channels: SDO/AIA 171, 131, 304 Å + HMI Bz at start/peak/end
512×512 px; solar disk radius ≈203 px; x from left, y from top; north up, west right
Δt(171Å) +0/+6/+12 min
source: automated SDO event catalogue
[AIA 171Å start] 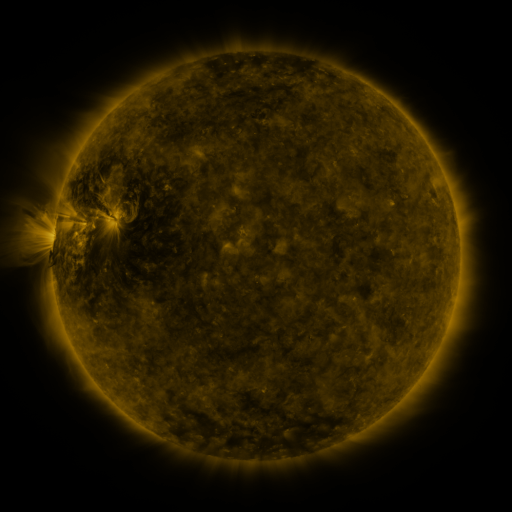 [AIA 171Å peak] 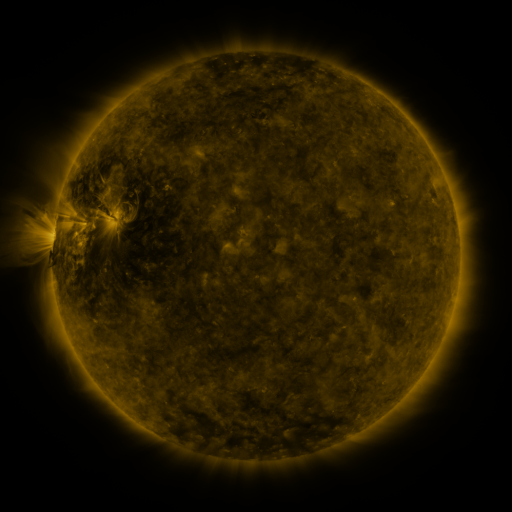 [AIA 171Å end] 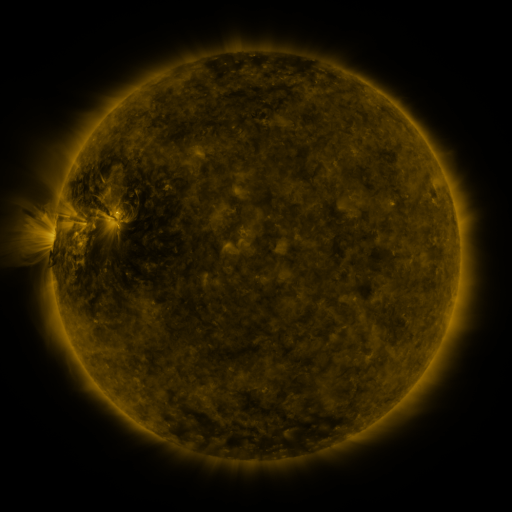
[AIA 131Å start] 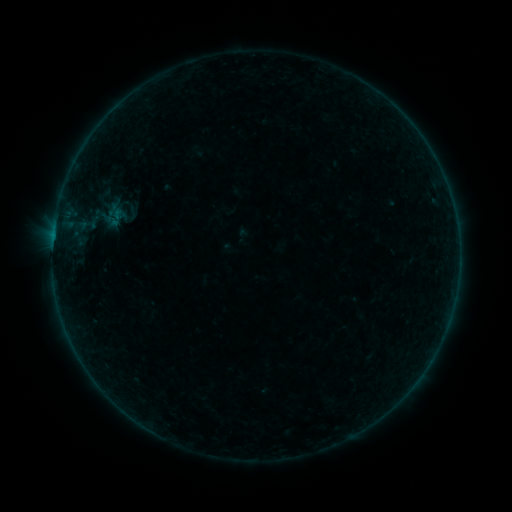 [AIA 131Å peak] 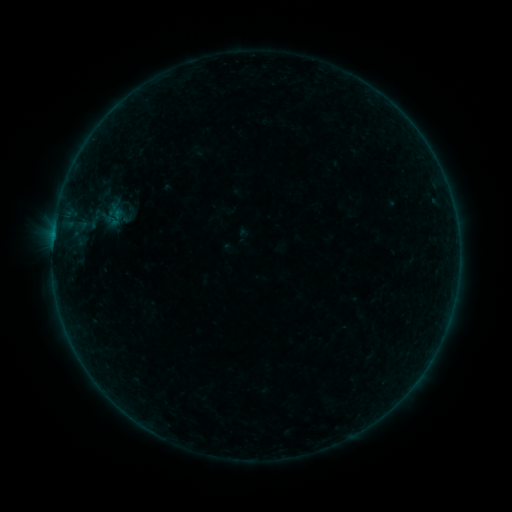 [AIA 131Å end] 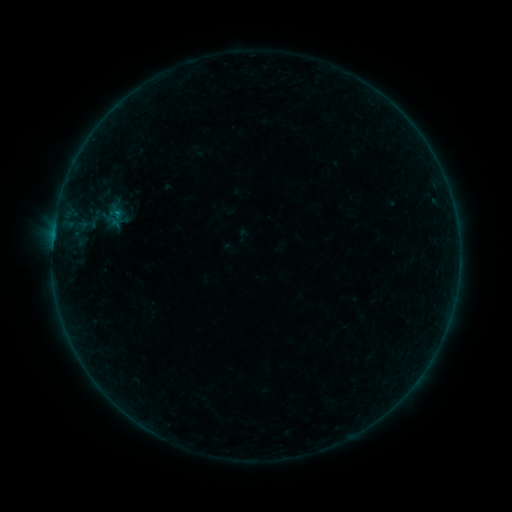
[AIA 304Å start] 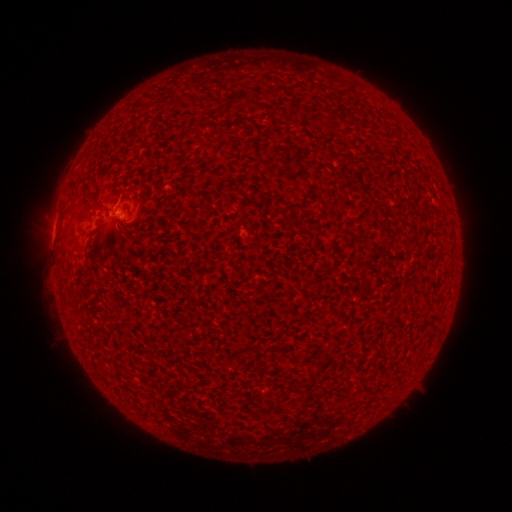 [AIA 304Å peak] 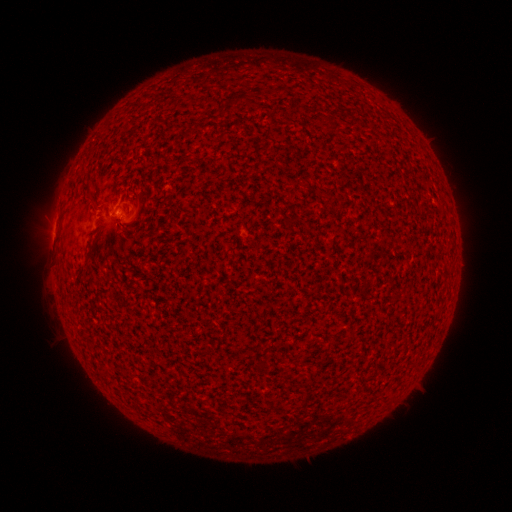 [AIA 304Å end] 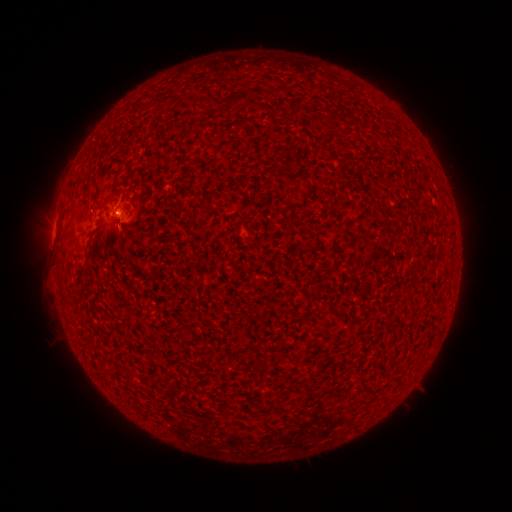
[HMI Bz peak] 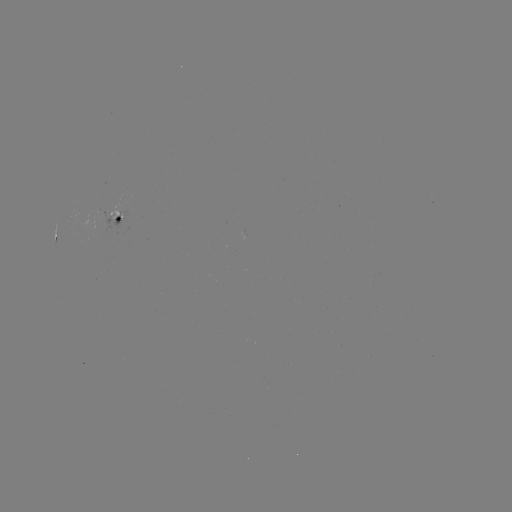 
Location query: B2.5 flare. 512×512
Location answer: (118, 214).